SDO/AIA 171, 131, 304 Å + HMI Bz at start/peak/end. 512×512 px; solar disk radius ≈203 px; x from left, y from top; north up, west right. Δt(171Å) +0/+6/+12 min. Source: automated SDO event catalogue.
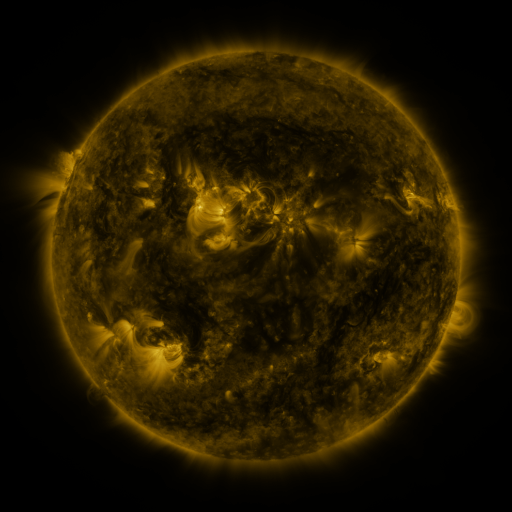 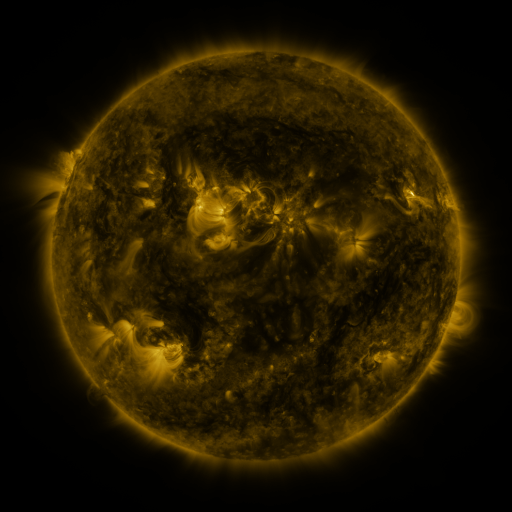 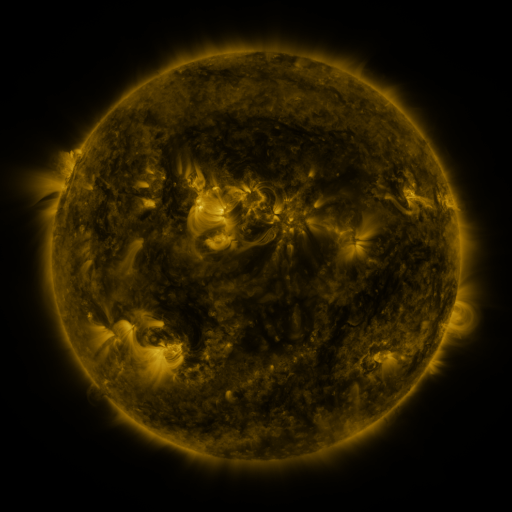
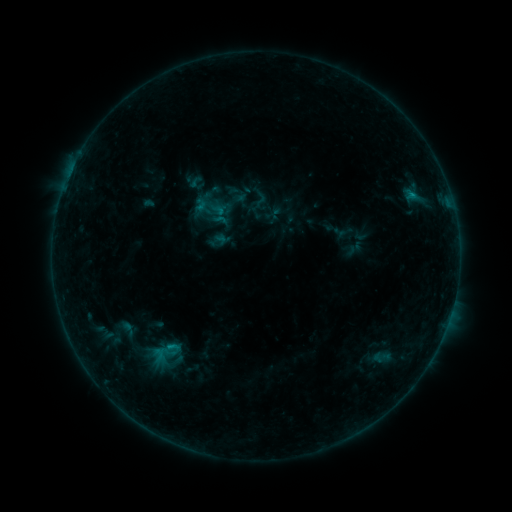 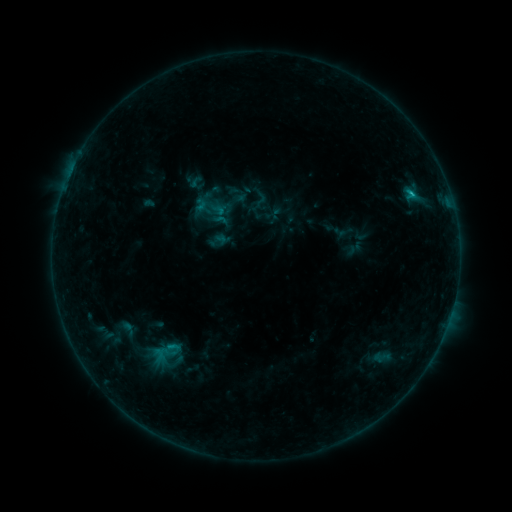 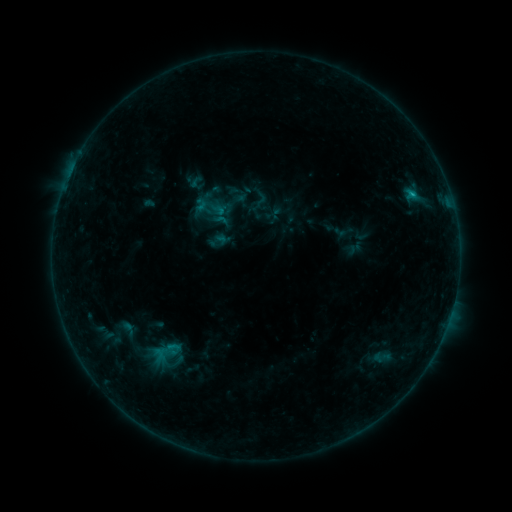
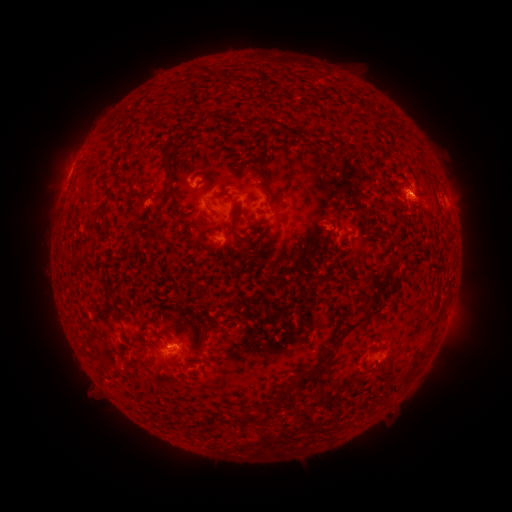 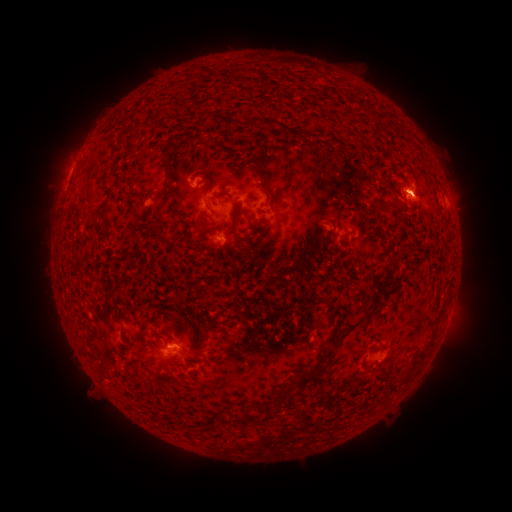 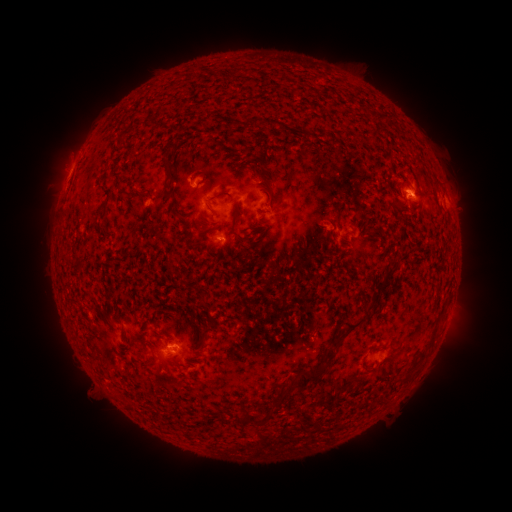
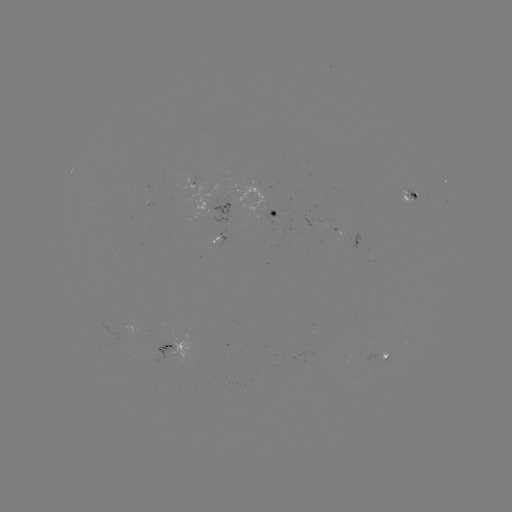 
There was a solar flare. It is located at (410, 195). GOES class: B8.0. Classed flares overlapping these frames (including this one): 3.